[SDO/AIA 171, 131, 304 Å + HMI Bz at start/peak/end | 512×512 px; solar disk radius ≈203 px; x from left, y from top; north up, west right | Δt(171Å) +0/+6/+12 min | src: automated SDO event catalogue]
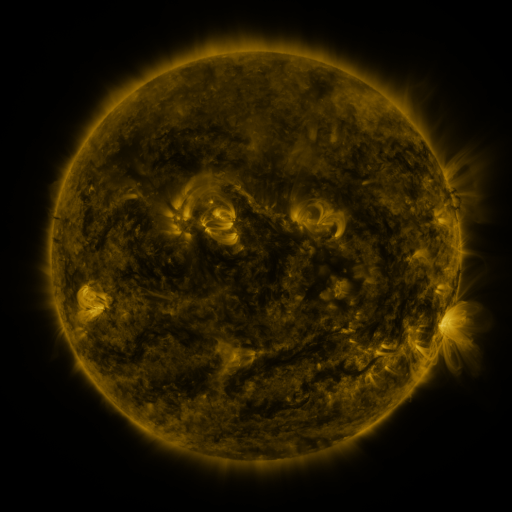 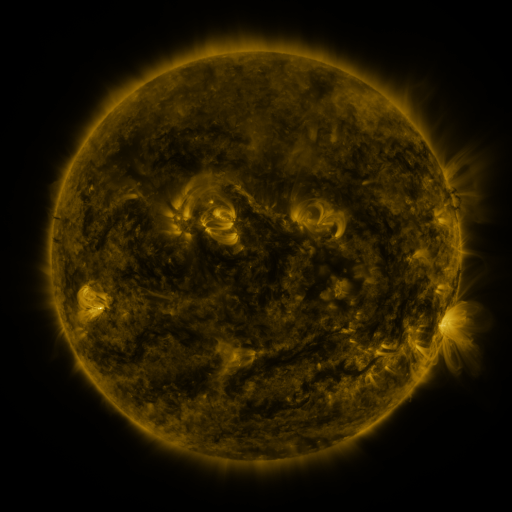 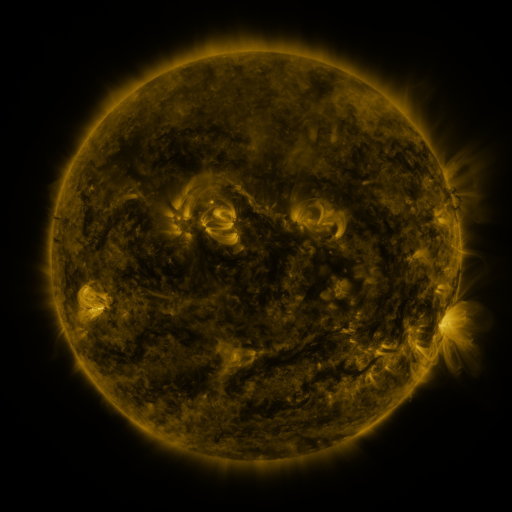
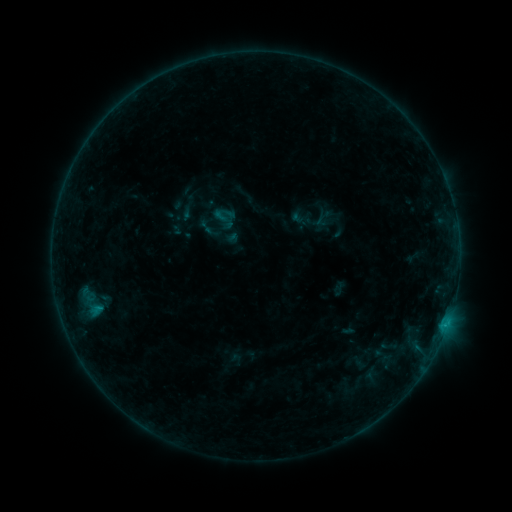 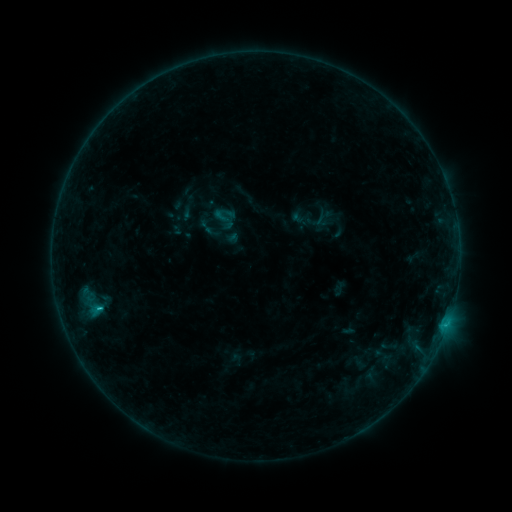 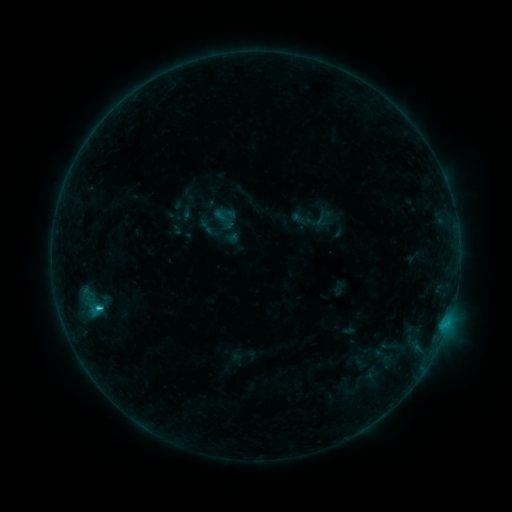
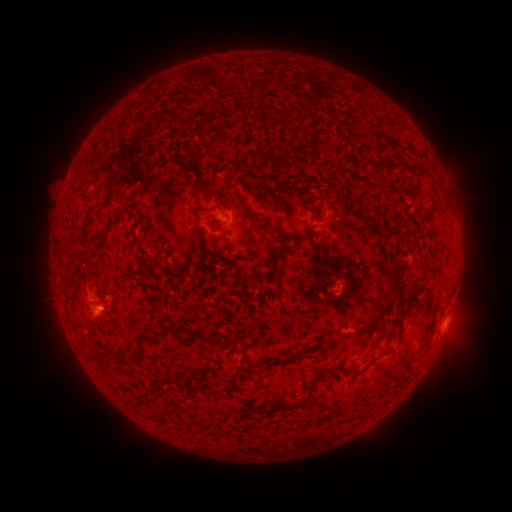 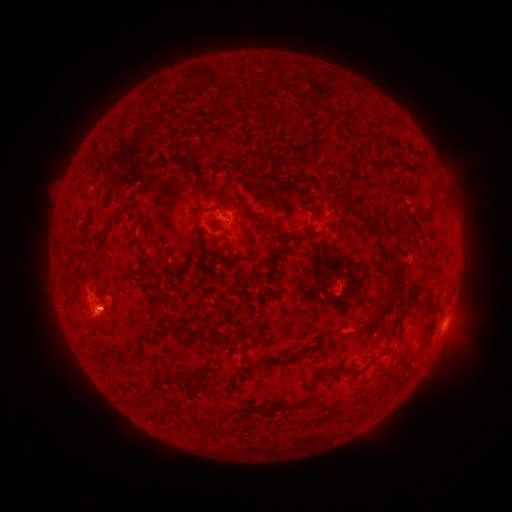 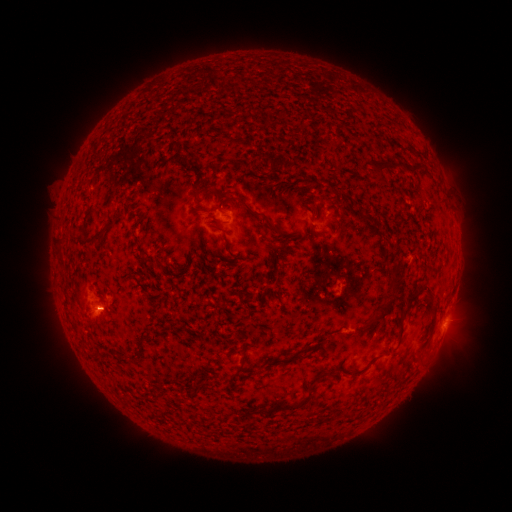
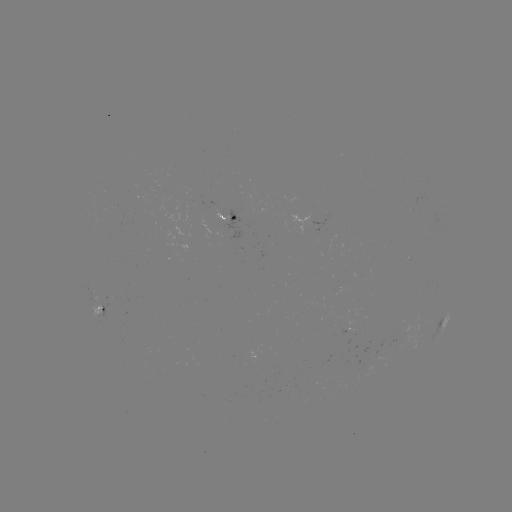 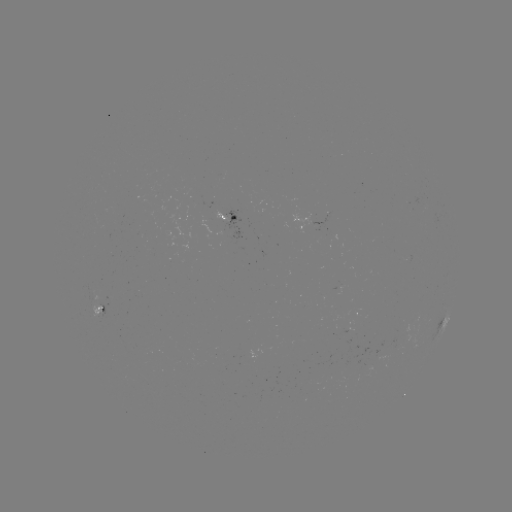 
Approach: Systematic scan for C1.1 flare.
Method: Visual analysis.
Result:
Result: C1.1 flare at [100, 309].